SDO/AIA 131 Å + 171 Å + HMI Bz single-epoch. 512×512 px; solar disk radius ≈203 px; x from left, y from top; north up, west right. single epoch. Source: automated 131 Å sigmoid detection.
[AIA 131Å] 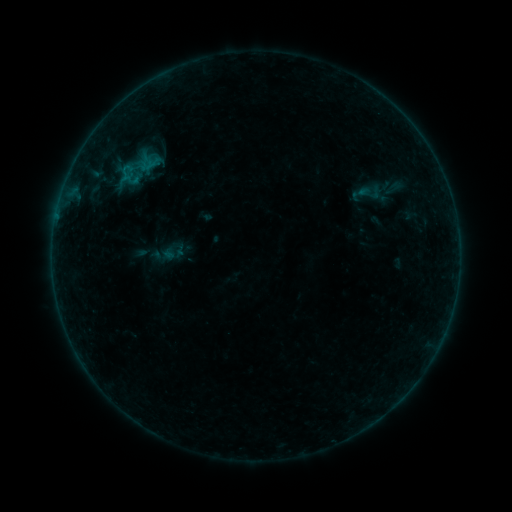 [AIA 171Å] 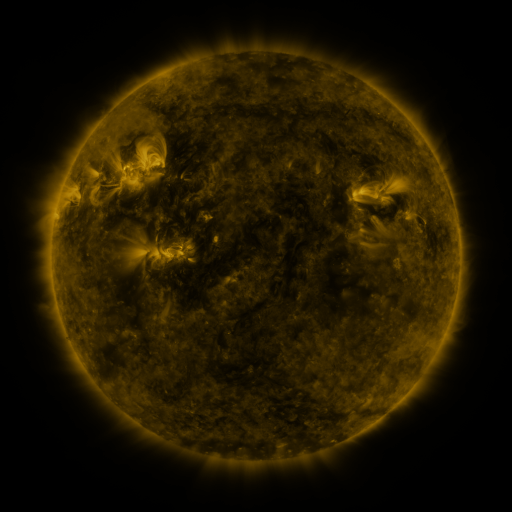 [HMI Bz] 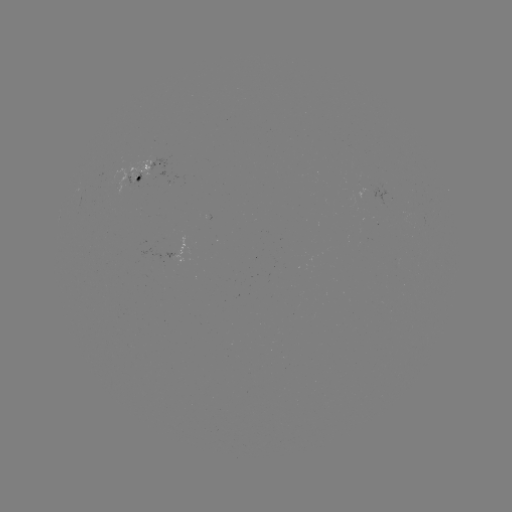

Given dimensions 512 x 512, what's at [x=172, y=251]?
sigmoid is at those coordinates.